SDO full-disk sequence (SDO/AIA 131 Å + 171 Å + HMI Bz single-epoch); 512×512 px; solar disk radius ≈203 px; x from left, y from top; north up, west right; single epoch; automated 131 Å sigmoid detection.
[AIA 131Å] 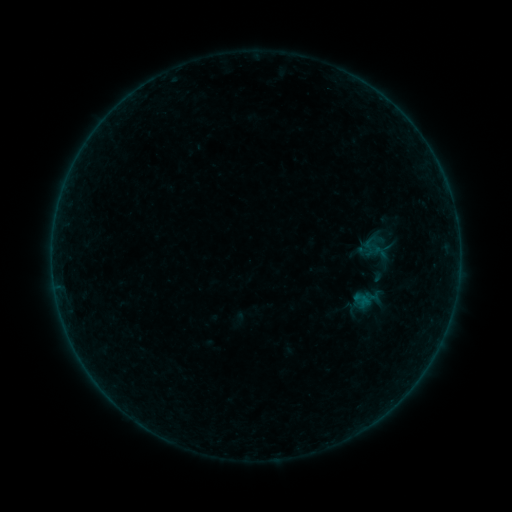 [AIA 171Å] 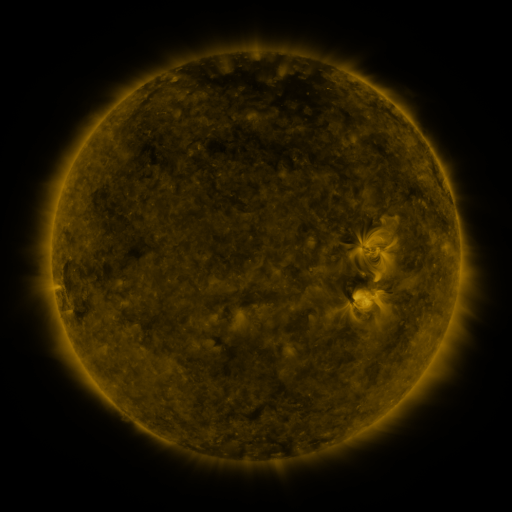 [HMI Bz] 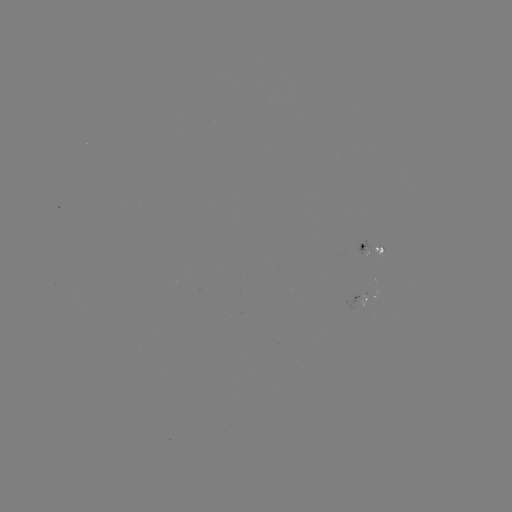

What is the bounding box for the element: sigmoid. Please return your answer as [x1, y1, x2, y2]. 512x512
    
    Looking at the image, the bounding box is [358, 238, 380, 257].